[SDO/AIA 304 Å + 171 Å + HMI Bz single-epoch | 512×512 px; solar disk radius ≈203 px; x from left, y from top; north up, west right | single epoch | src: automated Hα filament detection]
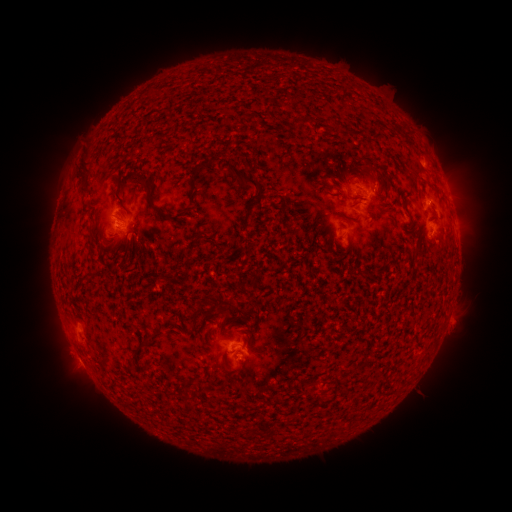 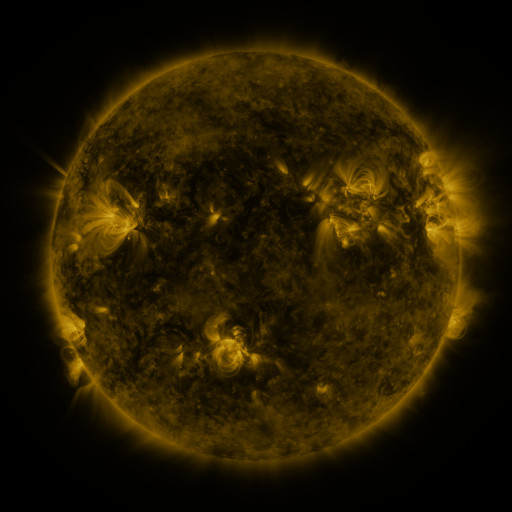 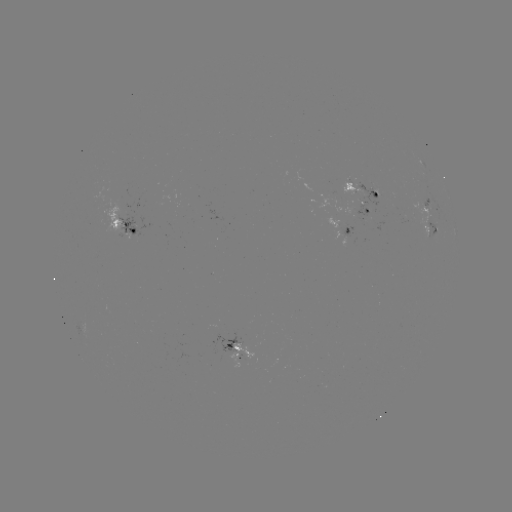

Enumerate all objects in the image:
filament: [296, 117, 307, 127]
filament: [392, 125, 401, 134]
filament: [193, 152, 223, 174]
filament: [73, 158, 91, 197]
filament: [228, 164, 261, 190]
filament: [142, 176, 187, 224]
filament: [424, 181, 433, 190]
filament: [349, 200, 363, 209]
filament: [338, 213, 349, 222]
filament: [88, 221, 96, 236]
filament: [194, 236, 202, 245]
filament: [121, 238, 134, 259]
filament: [241, 244, 251, 253]
filament: [184, 256, 195, 265]
filament: [85, 269, 95, 278]
filament: [207, 291, 217, 301]
filament: [199, 329, 206, 341]
filament: [137, 334, 151, 349]
filament: [362, 356, 370, 365]
